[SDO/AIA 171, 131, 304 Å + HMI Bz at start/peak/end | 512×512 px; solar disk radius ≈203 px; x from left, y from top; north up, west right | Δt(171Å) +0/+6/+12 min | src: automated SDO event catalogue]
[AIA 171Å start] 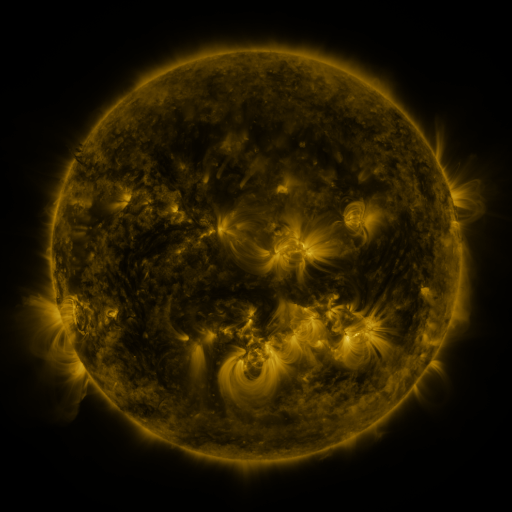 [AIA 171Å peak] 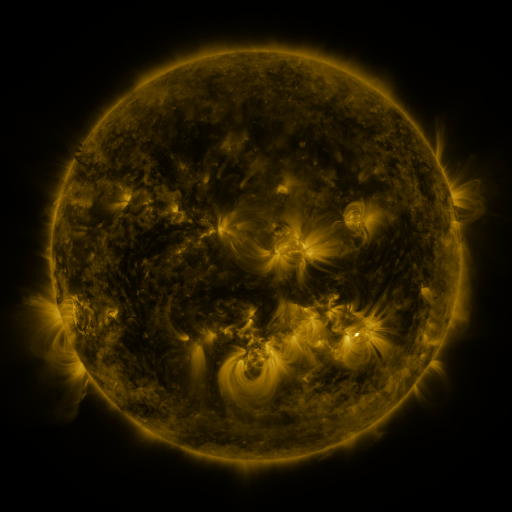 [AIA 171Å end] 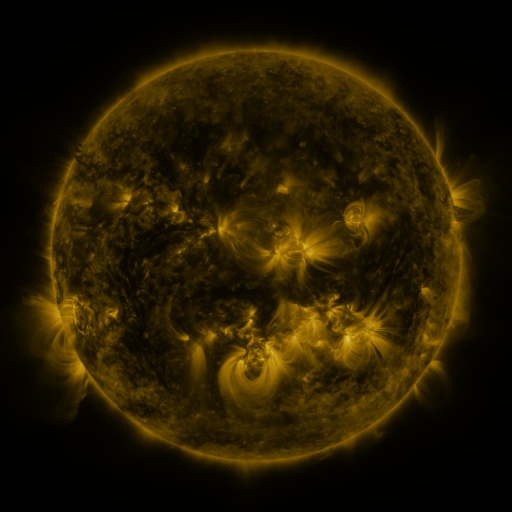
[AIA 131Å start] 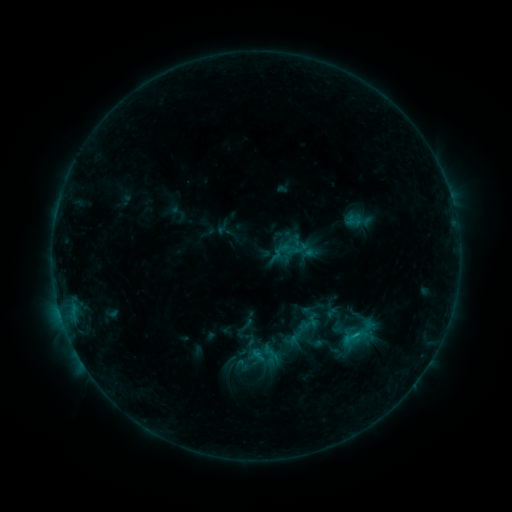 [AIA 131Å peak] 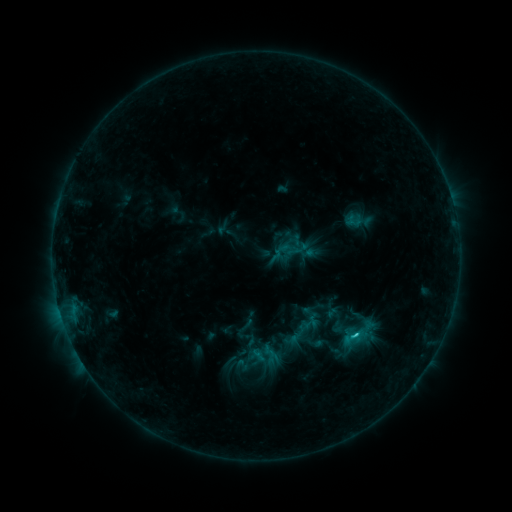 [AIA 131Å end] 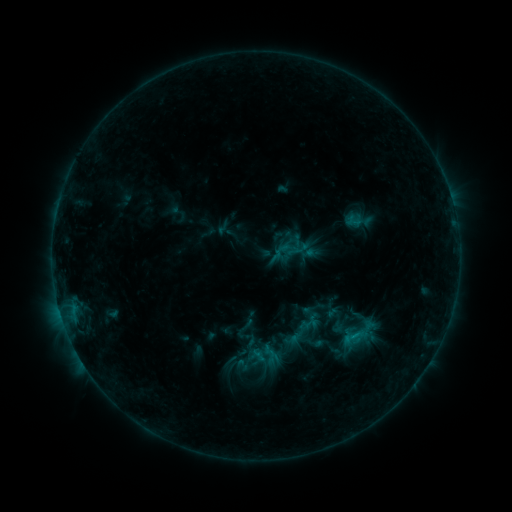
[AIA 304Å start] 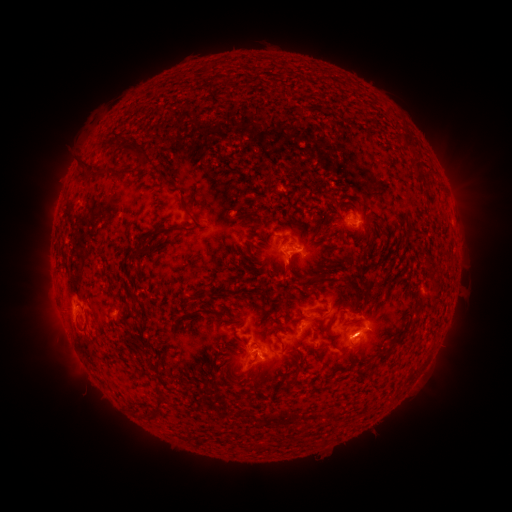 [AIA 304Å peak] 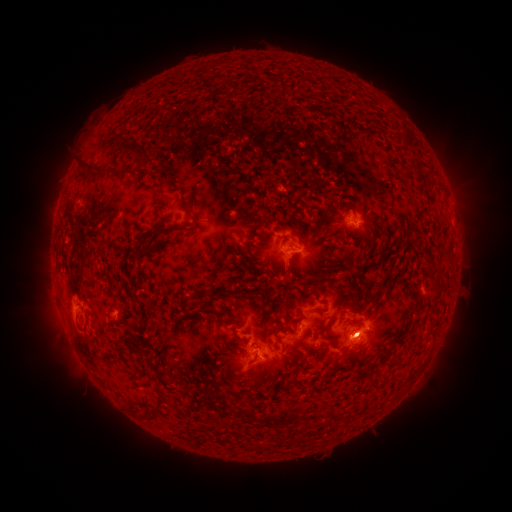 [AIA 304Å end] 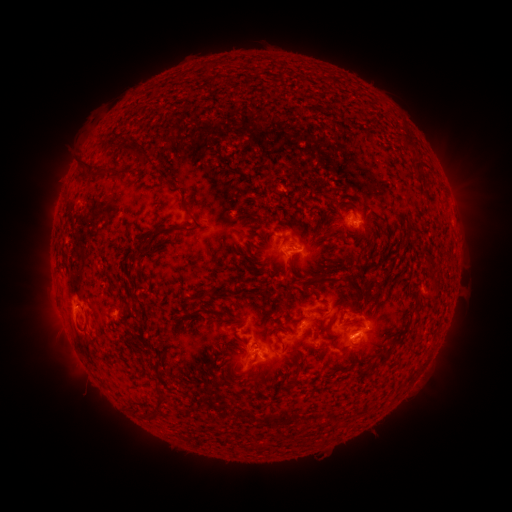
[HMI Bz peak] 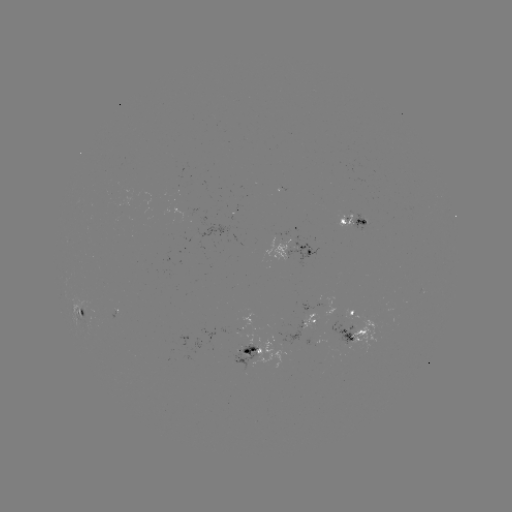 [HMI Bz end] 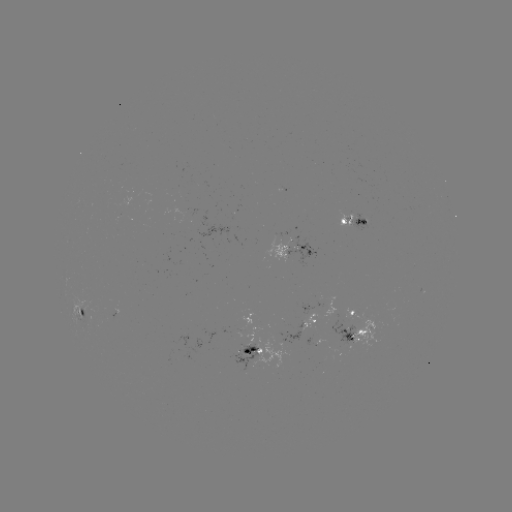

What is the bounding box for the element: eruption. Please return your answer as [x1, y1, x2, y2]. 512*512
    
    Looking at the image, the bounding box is [27, 280, 92, 372].